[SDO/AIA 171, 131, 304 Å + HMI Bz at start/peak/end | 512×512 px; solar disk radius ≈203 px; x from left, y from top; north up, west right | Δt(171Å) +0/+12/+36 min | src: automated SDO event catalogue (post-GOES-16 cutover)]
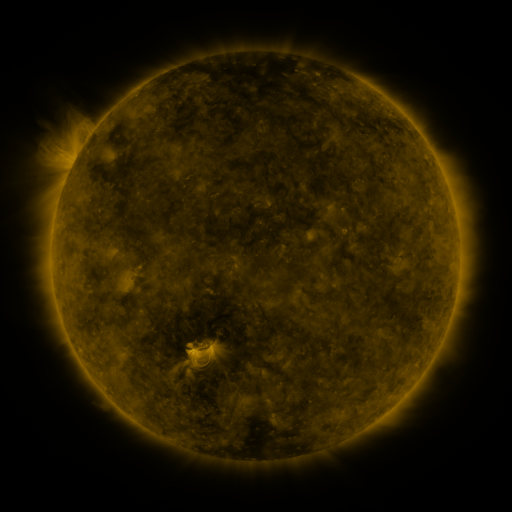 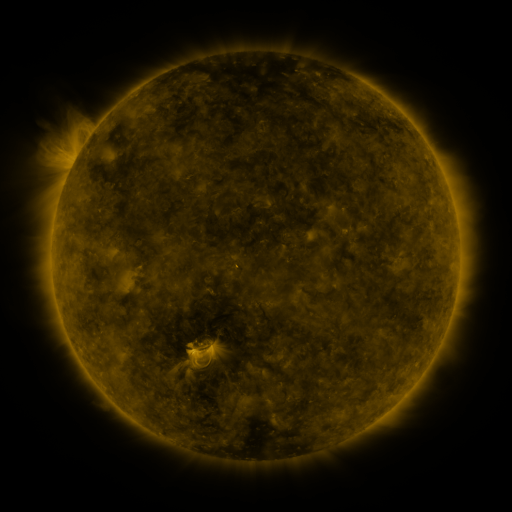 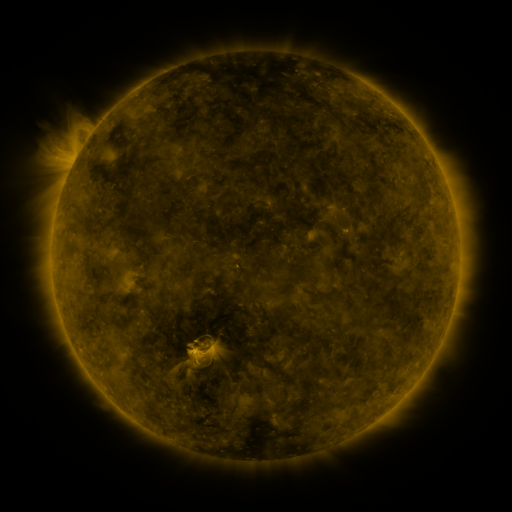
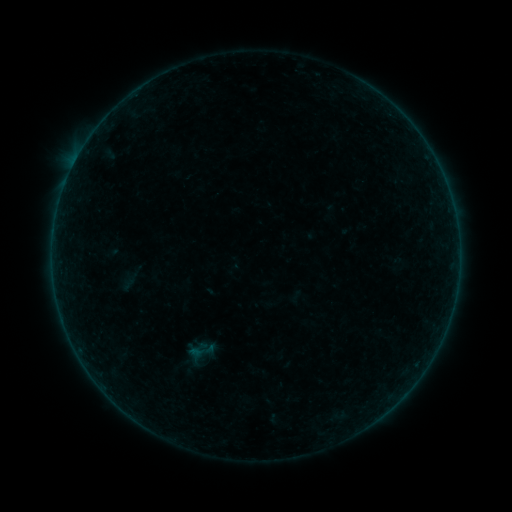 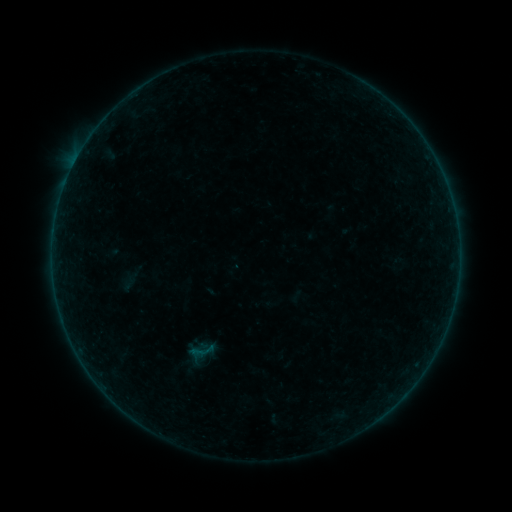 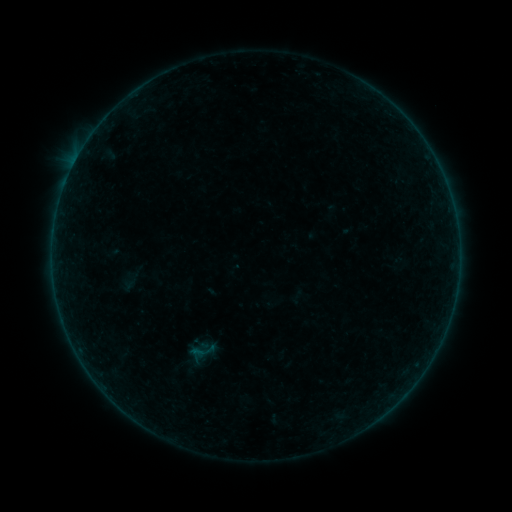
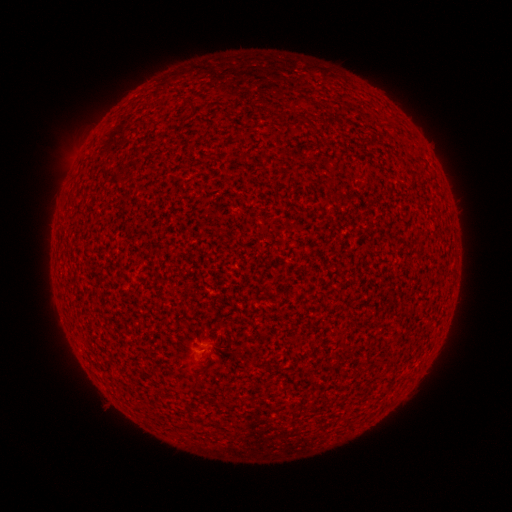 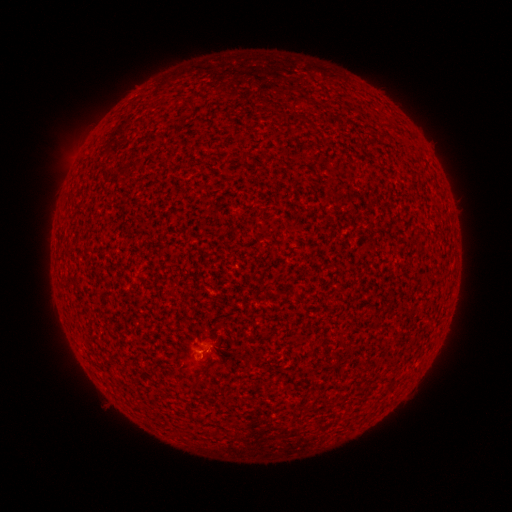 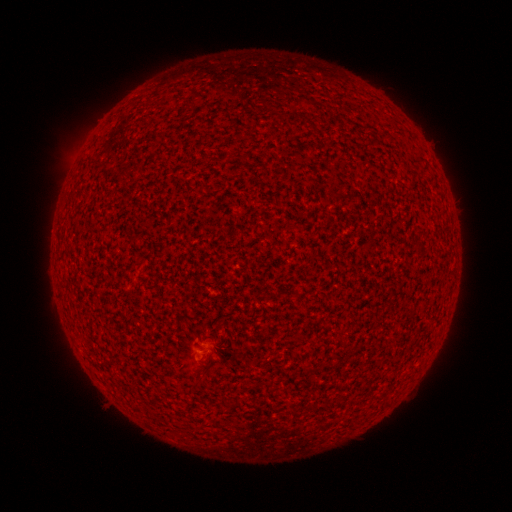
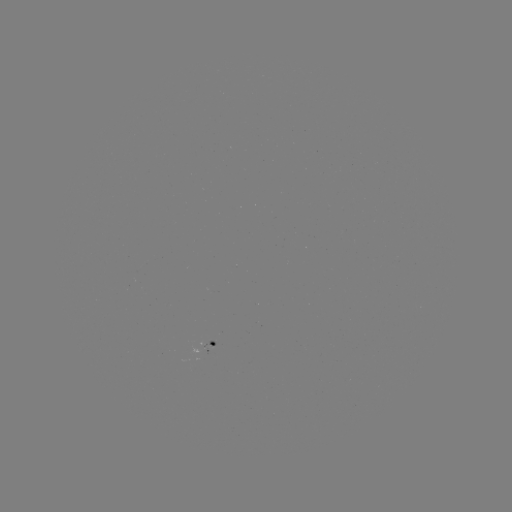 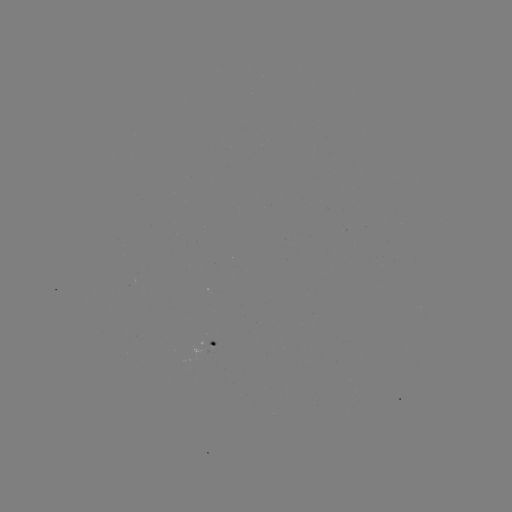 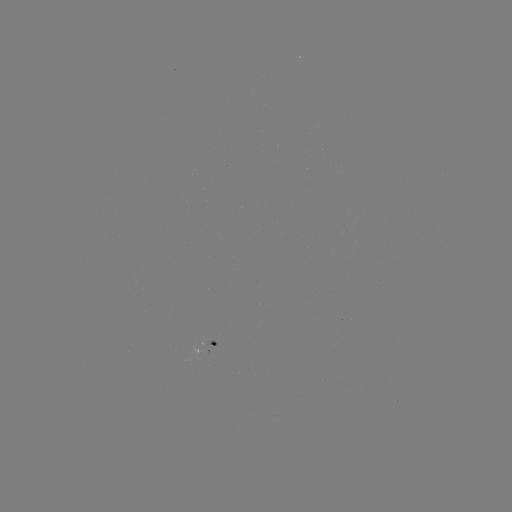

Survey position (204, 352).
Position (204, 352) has A8.0 flare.